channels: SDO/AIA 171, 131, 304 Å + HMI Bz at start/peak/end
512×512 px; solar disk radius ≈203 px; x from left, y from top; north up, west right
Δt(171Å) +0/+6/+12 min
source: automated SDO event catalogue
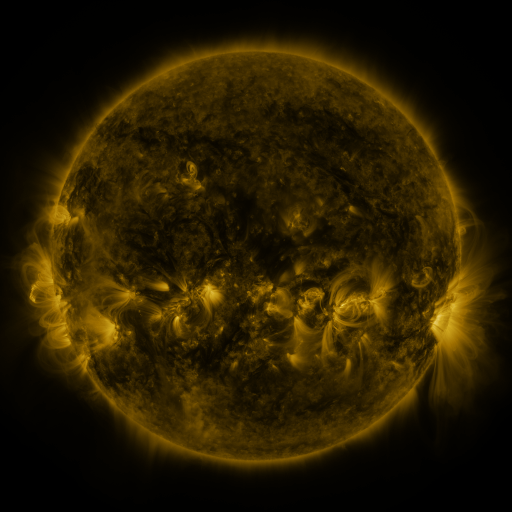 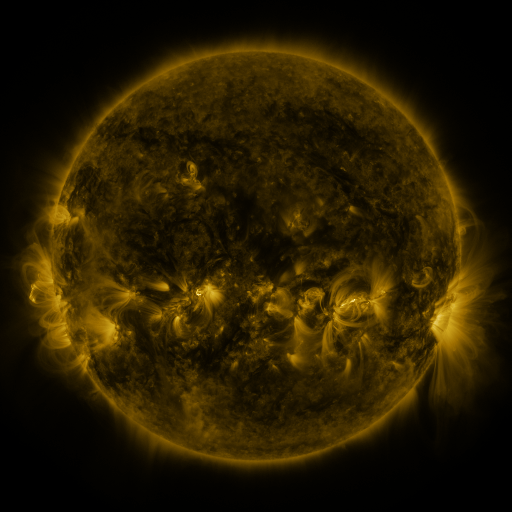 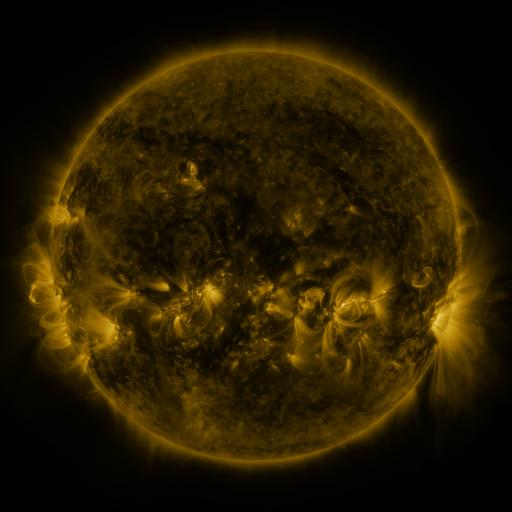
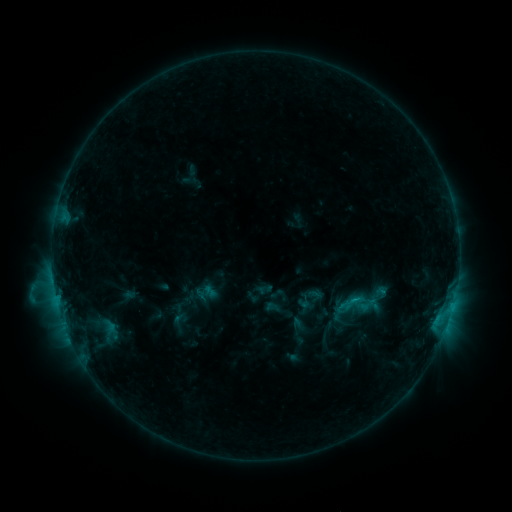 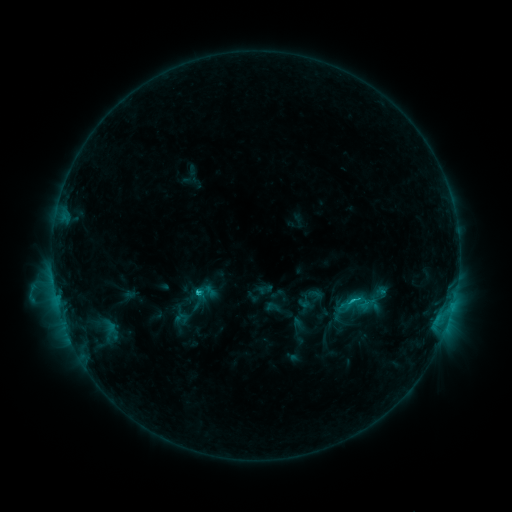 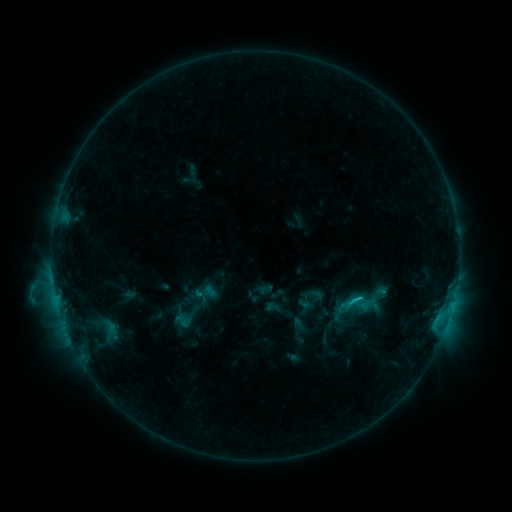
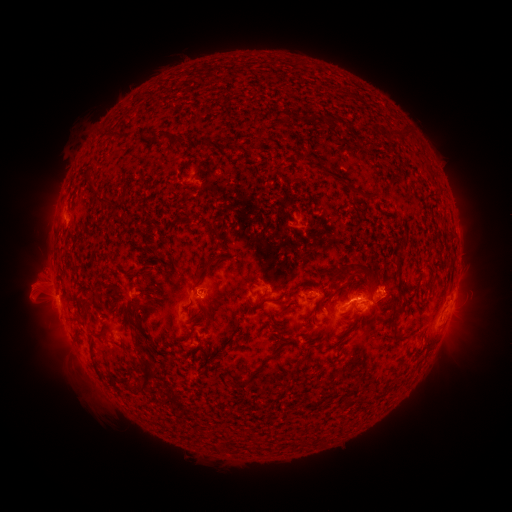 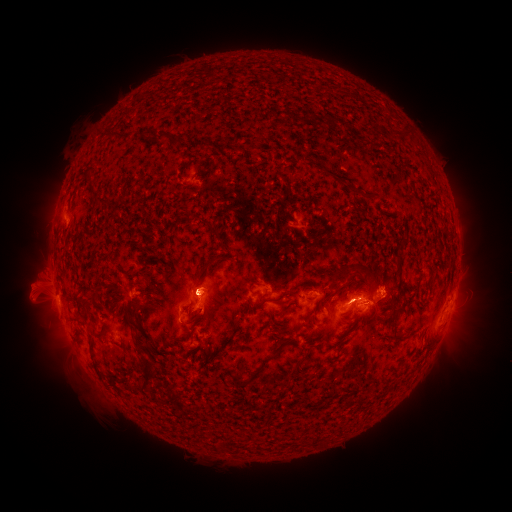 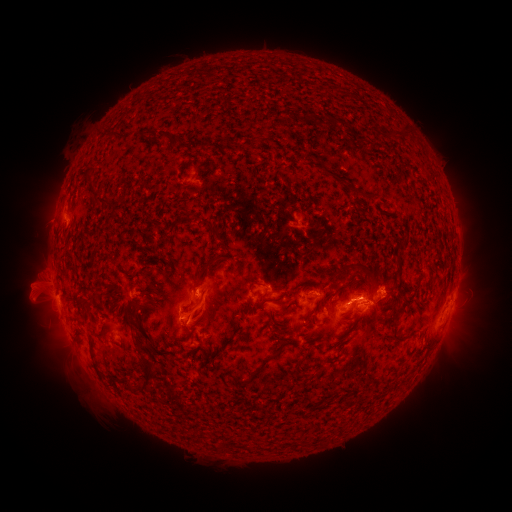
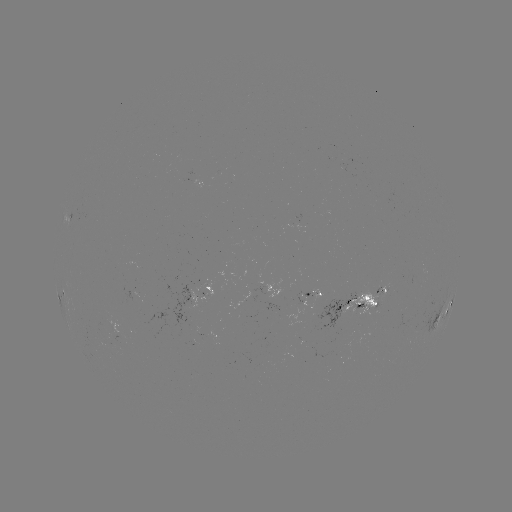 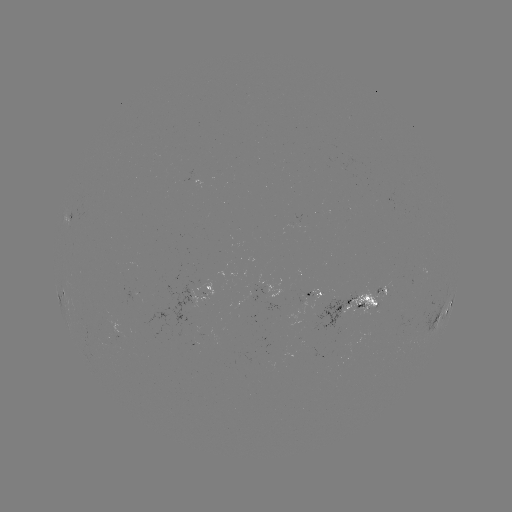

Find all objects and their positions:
eruption: (202, 303)
